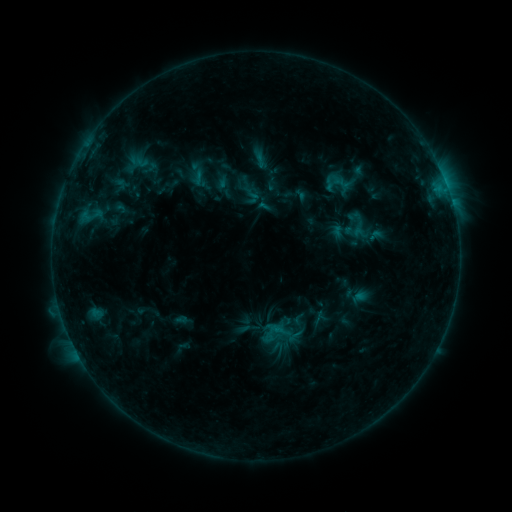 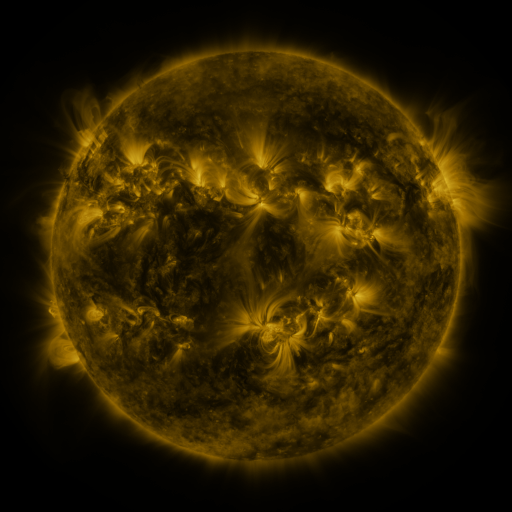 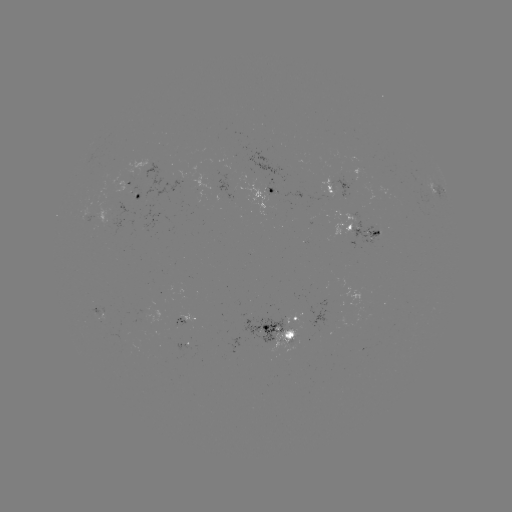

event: sigmoid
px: (334, 179)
